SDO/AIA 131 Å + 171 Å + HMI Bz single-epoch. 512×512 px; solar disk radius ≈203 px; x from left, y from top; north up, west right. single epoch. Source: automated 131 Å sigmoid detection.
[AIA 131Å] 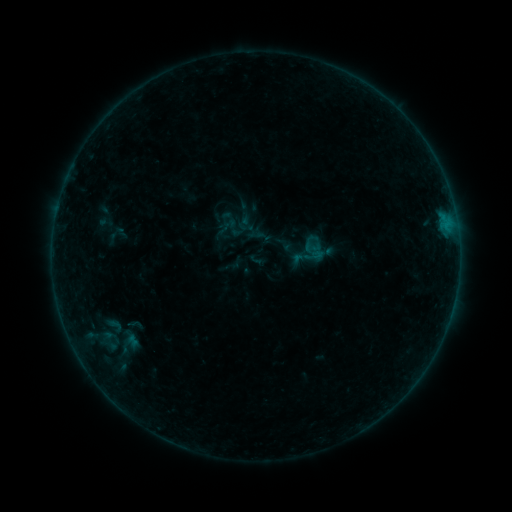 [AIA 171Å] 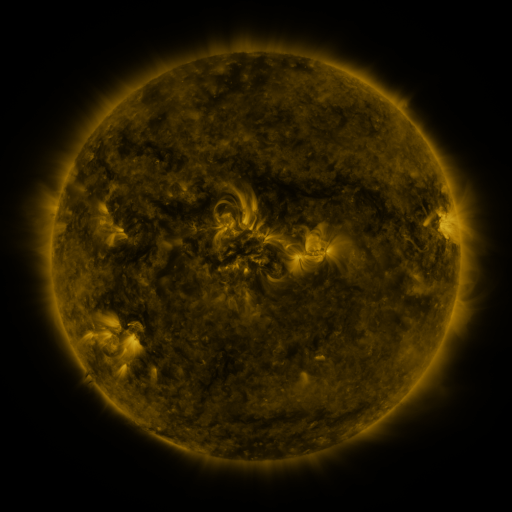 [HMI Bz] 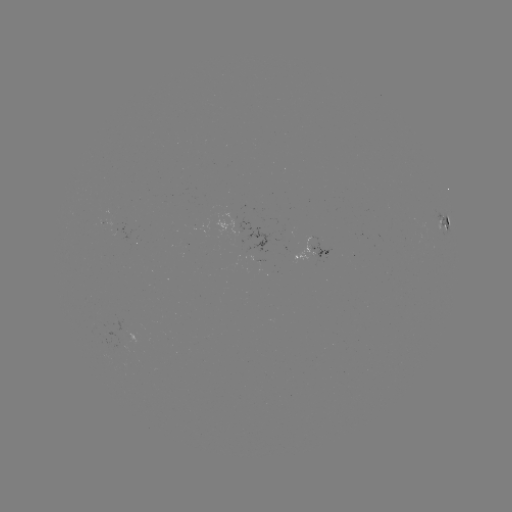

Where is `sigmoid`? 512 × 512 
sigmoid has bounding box [99, 312, 129, 339].